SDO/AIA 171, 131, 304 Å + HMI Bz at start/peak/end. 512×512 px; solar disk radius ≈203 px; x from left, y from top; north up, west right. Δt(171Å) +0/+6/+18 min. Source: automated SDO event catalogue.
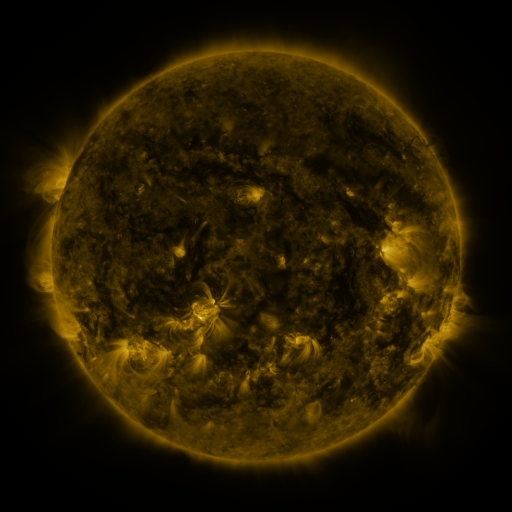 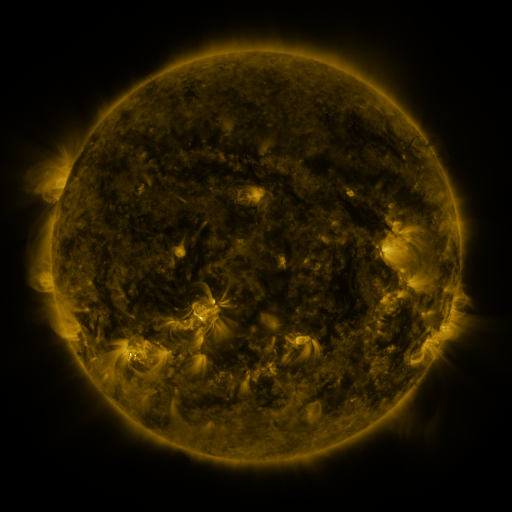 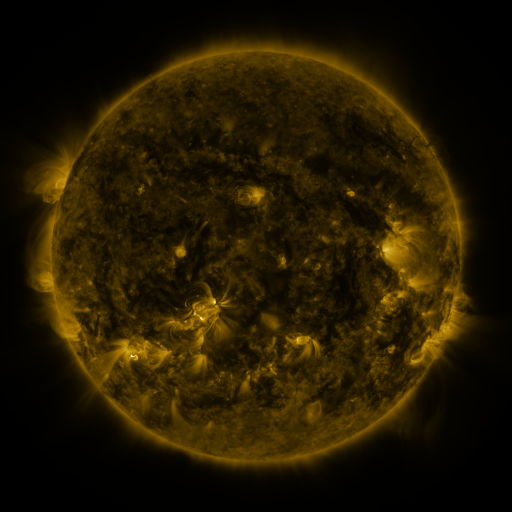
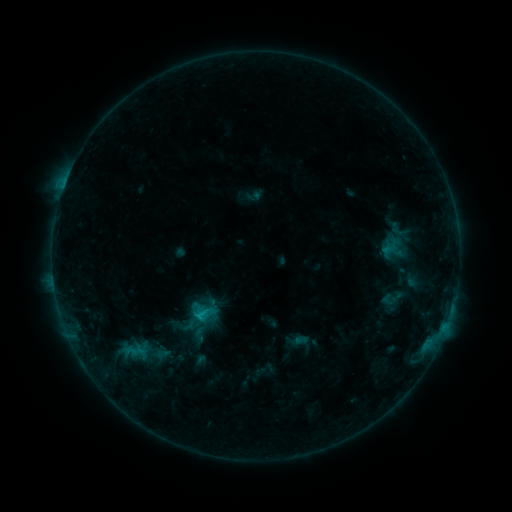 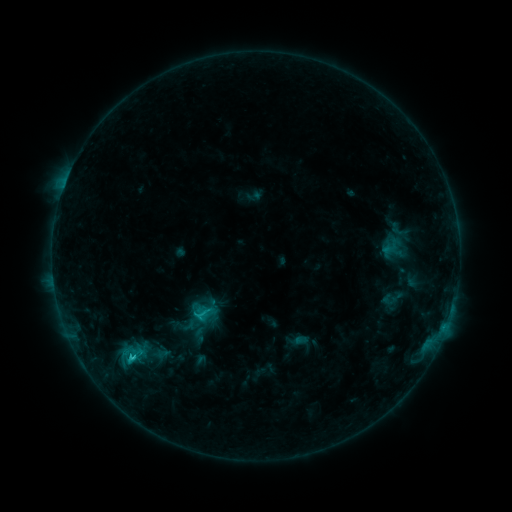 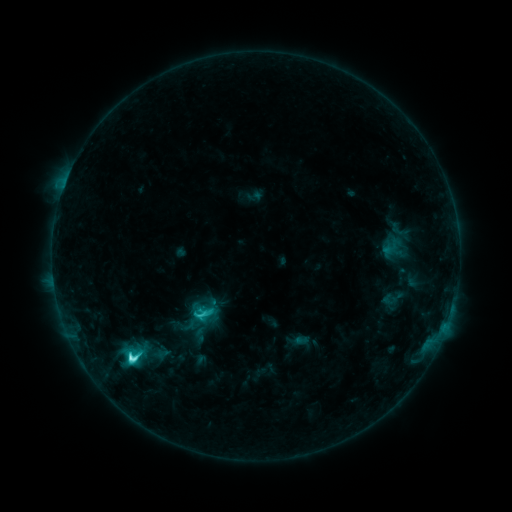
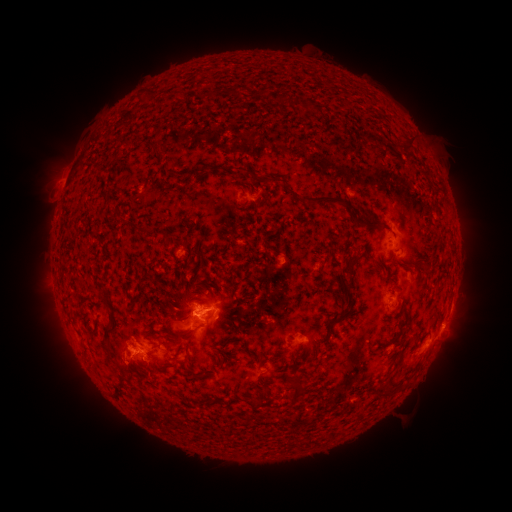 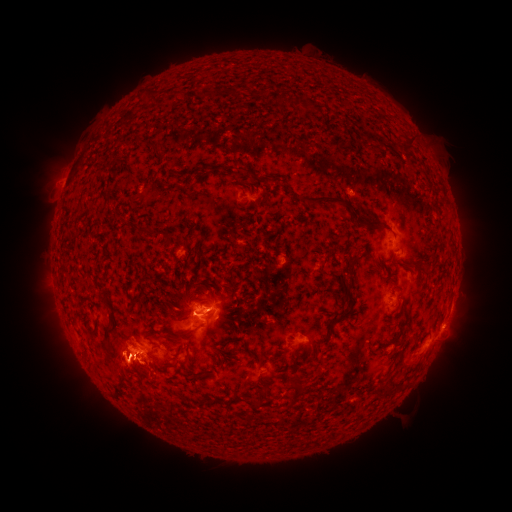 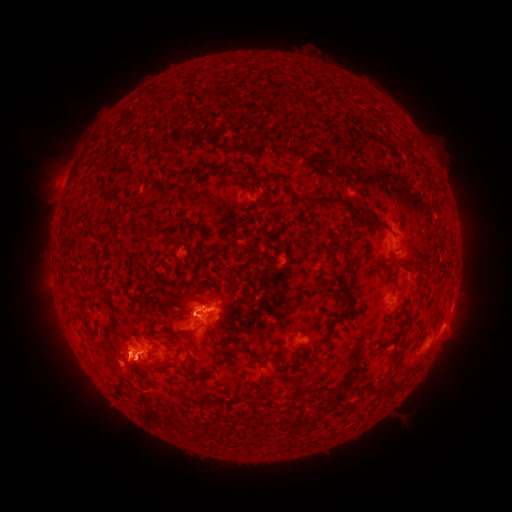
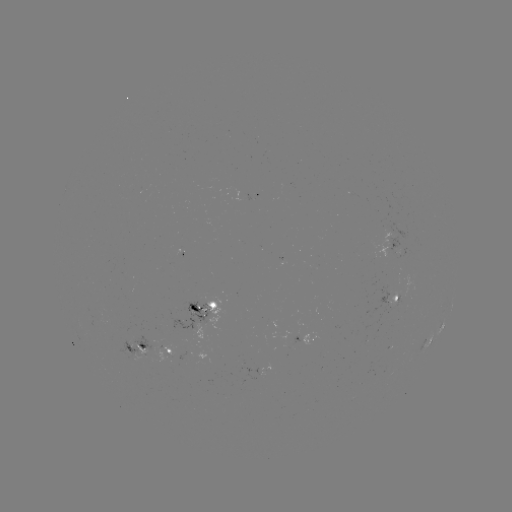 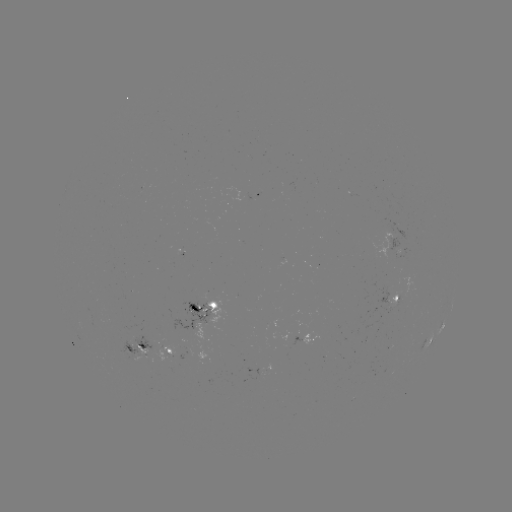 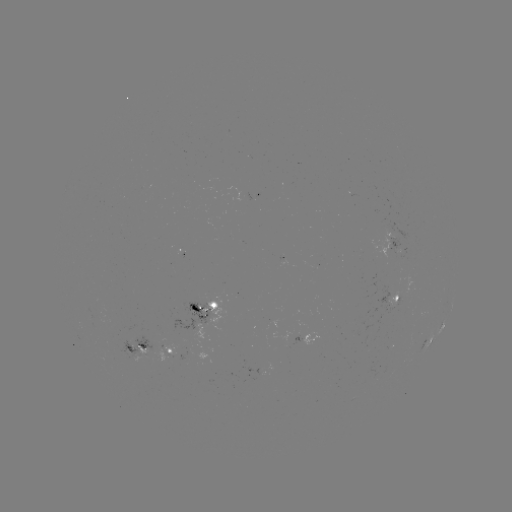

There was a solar eruption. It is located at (124, 359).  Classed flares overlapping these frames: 1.